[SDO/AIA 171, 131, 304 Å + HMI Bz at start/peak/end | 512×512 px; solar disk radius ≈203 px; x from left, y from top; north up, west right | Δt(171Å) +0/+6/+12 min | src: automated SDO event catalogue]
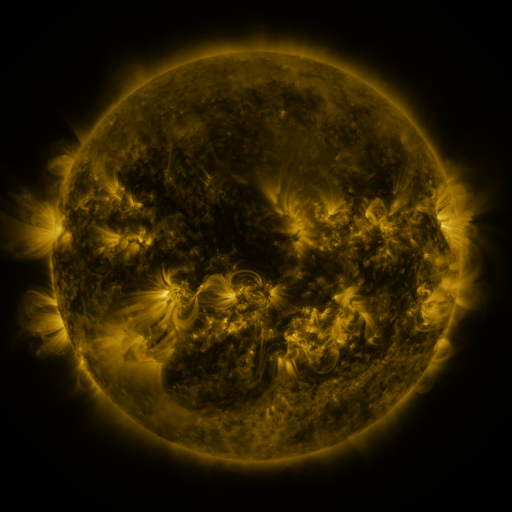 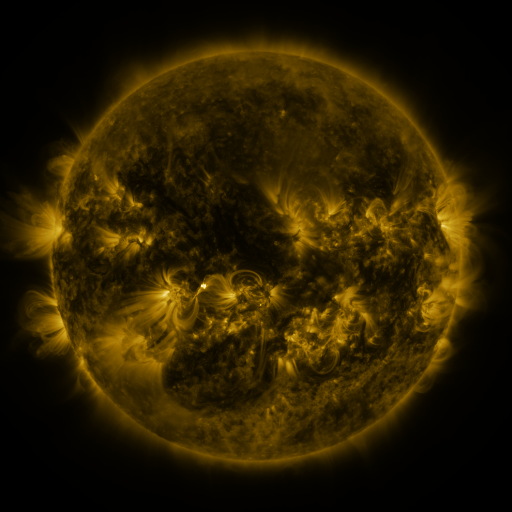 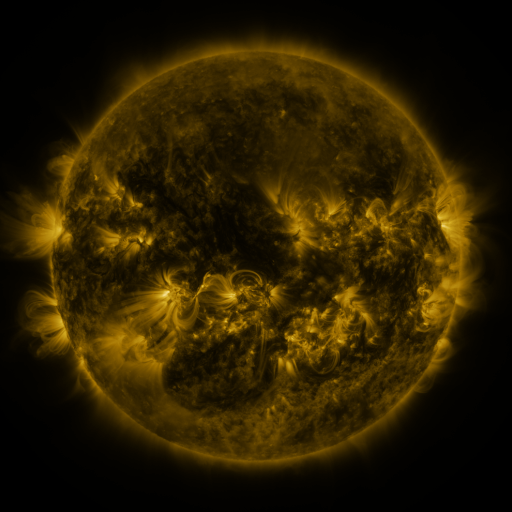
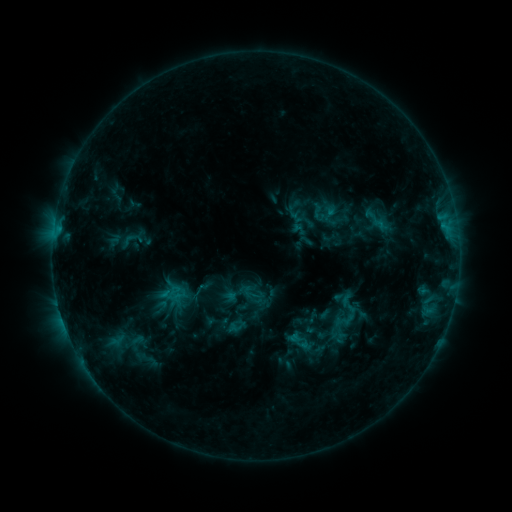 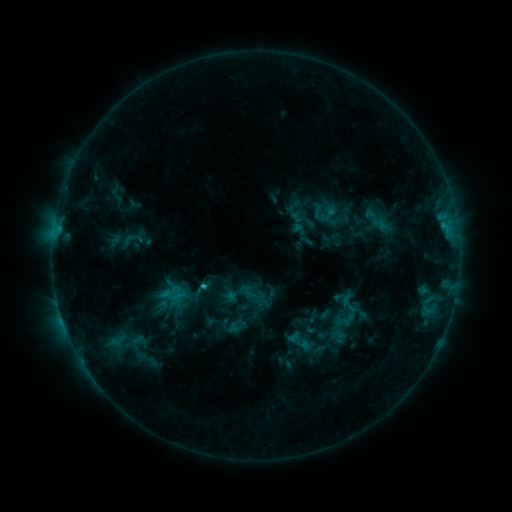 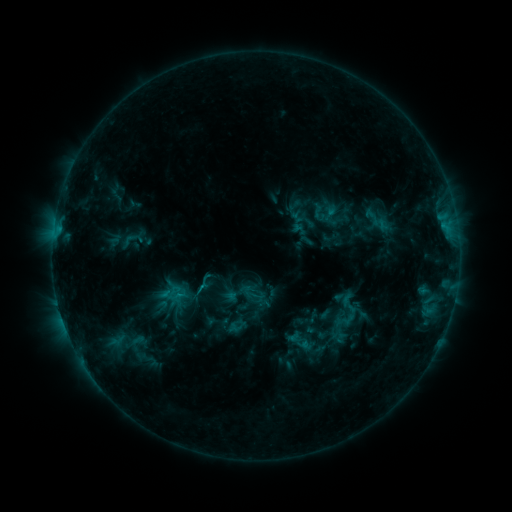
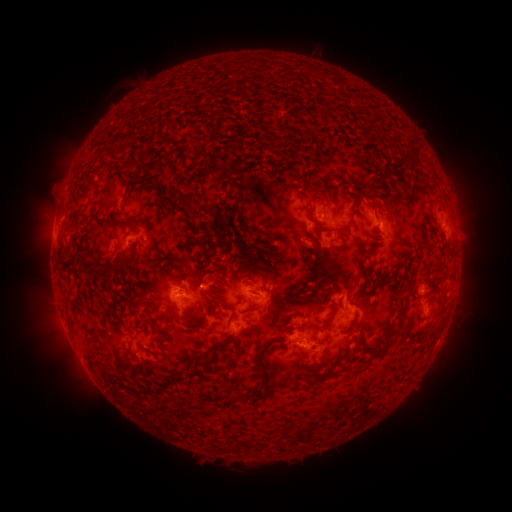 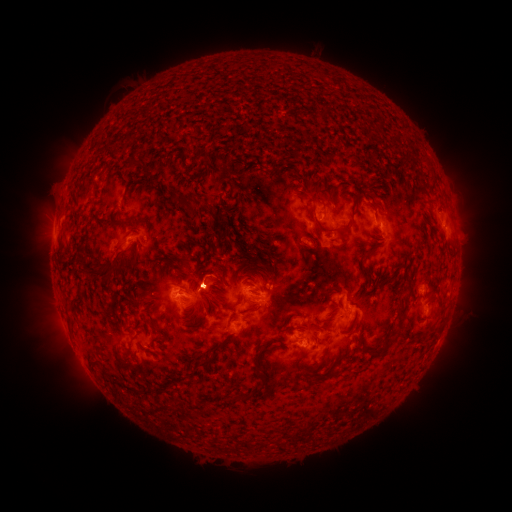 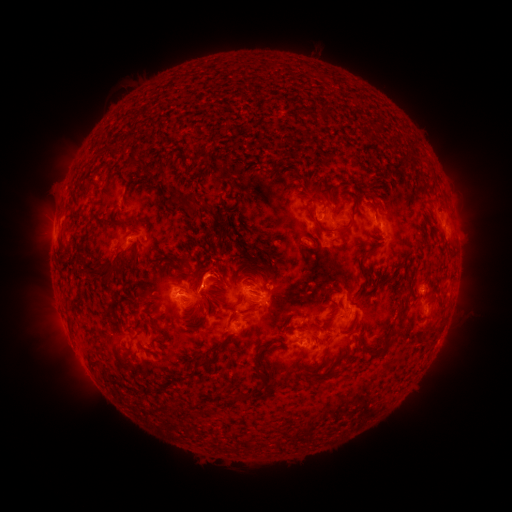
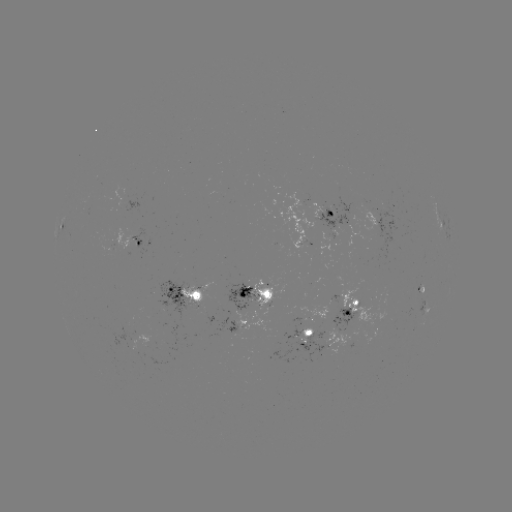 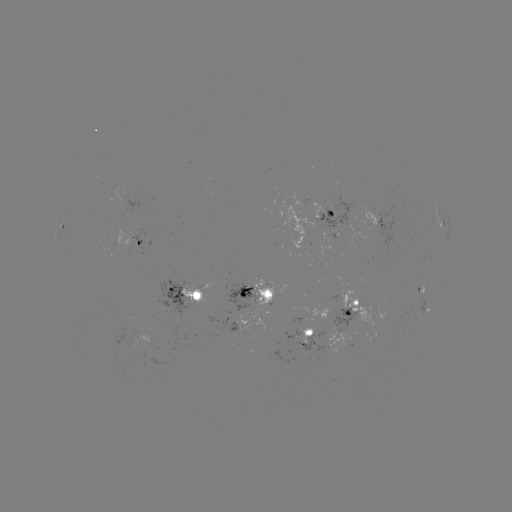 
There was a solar eruption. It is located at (206, 272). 